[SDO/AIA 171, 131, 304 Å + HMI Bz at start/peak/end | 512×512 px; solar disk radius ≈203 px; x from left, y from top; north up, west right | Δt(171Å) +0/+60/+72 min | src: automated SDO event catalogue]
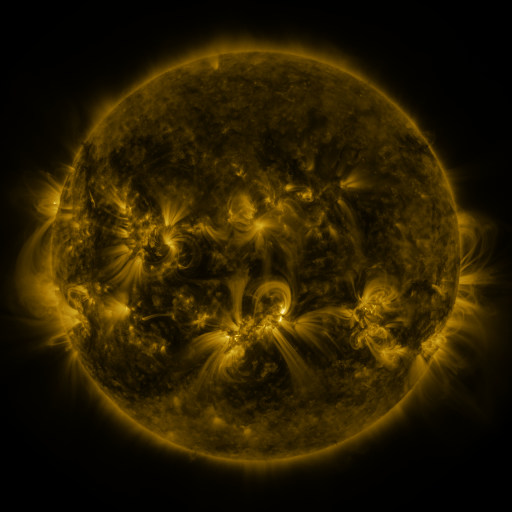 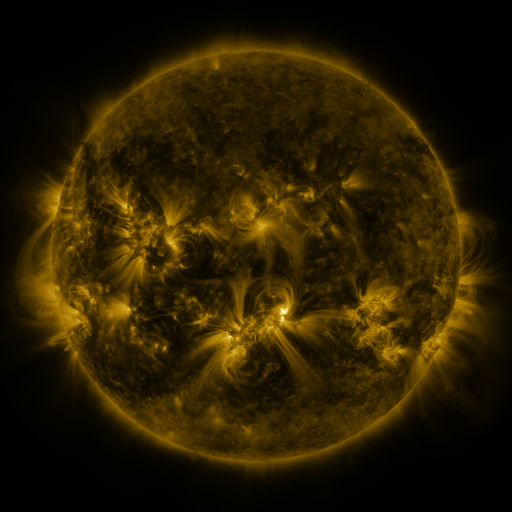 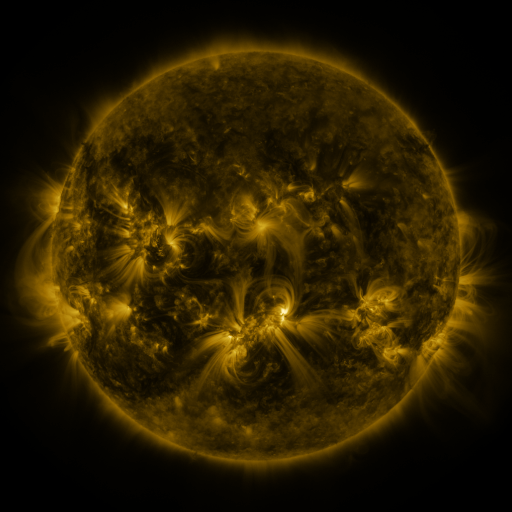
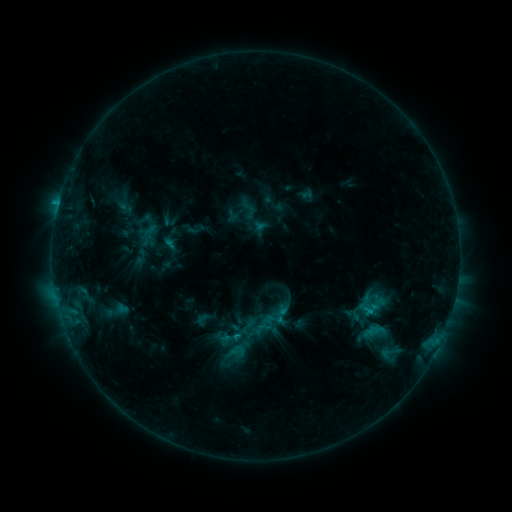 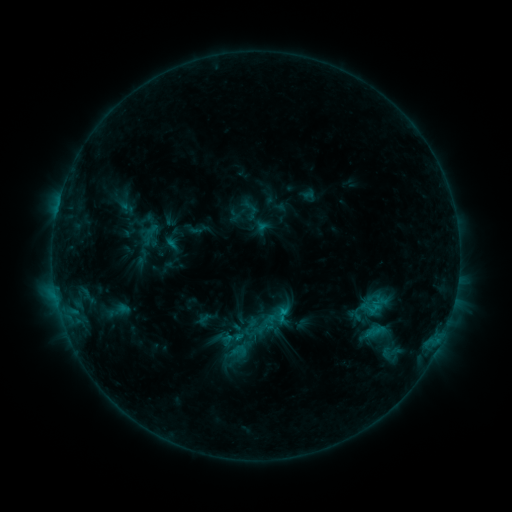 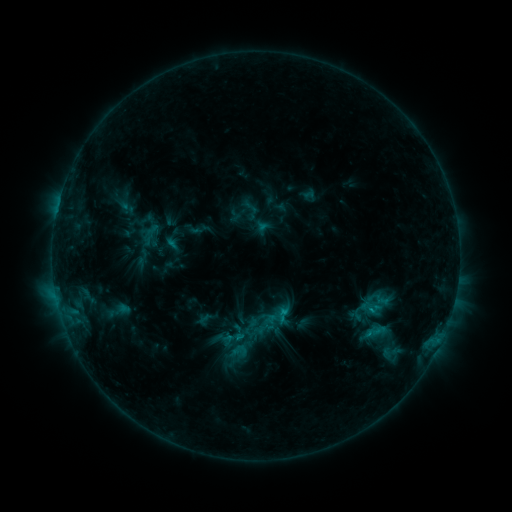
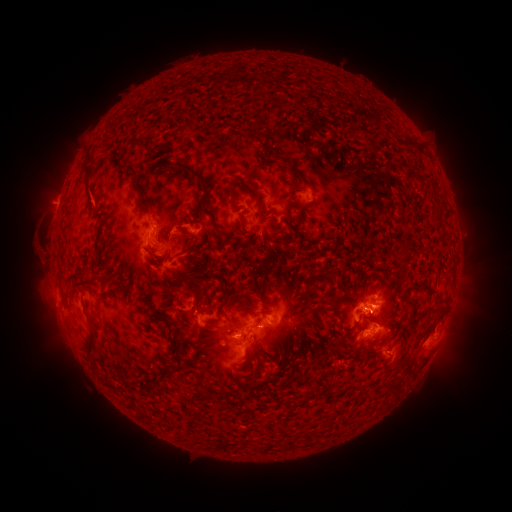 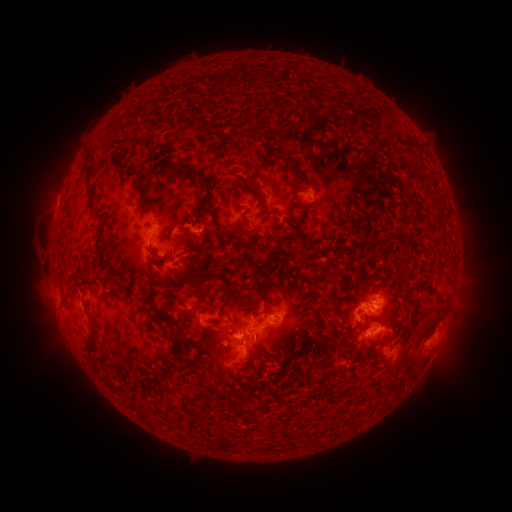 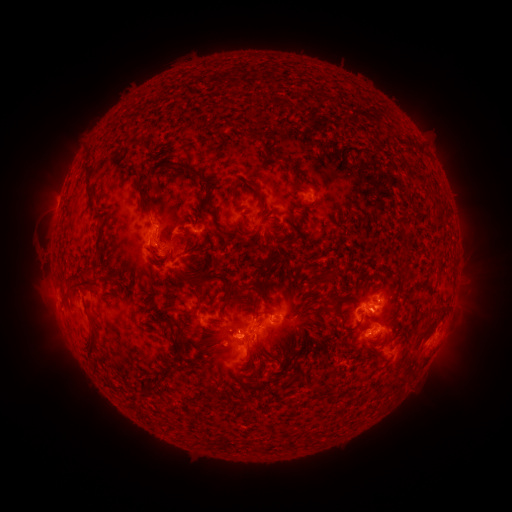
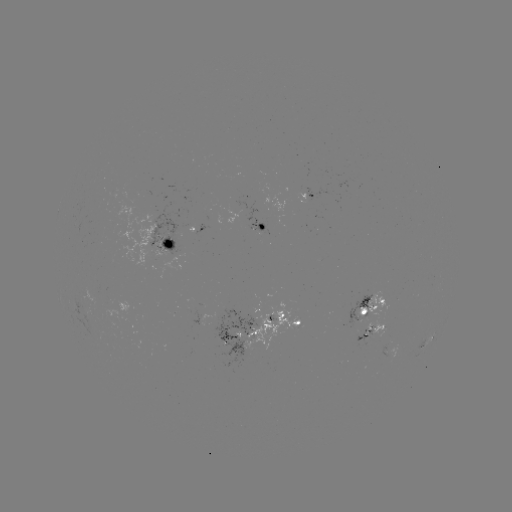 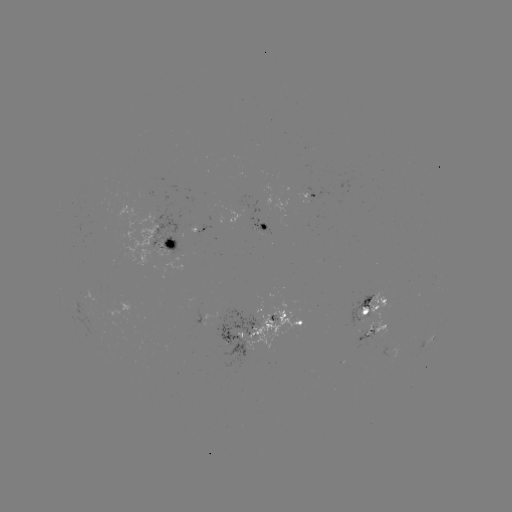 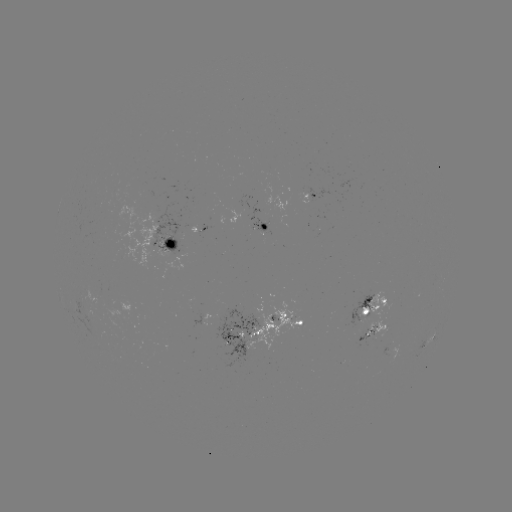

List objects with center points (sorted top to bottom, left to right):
emerging-flux region: (245, 337)
